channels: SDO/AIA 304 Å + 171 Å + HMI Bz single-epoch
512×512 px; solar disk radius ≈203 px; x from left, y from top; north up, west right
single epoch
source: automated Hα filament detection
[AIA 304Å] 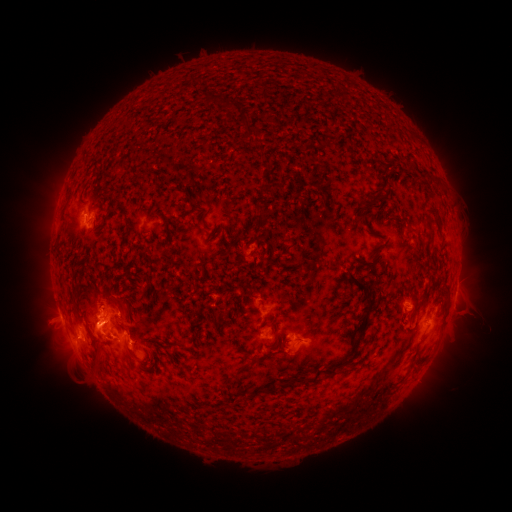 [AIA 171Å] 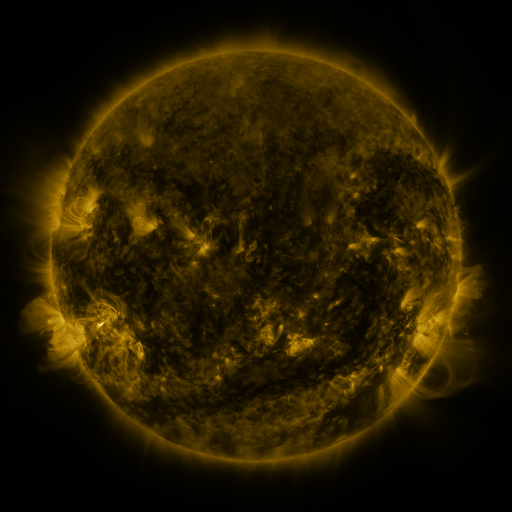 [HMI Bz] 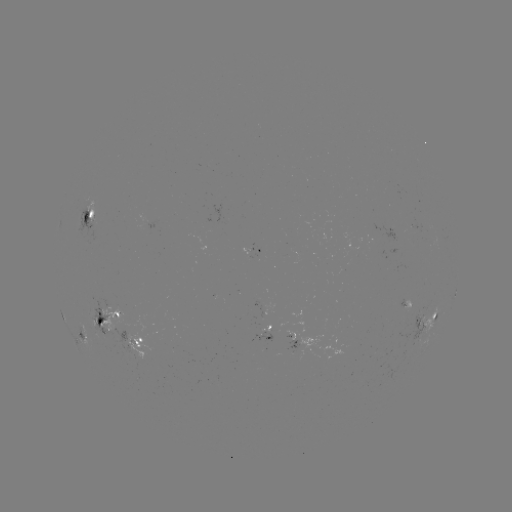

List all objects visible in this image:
filament: (225, 104)
filament: (248, 128)
filament: (382, 179)
filament: (374, 197)
filament: (260, 210)
filament: (363, 212)
filament: (152, 218)
filament: (428, 224)
filament: (217, 235)
filament: (236, 241)
filament: (288, 251)
filament: (150, 265)
filament: (370, 297)
filament: (345, 300)
filament: (112, 302)
filament: (132, 355)
filament: (162, 355)
filament: (346, 361)
filament: (317, 376)
filament: (283, 383)
